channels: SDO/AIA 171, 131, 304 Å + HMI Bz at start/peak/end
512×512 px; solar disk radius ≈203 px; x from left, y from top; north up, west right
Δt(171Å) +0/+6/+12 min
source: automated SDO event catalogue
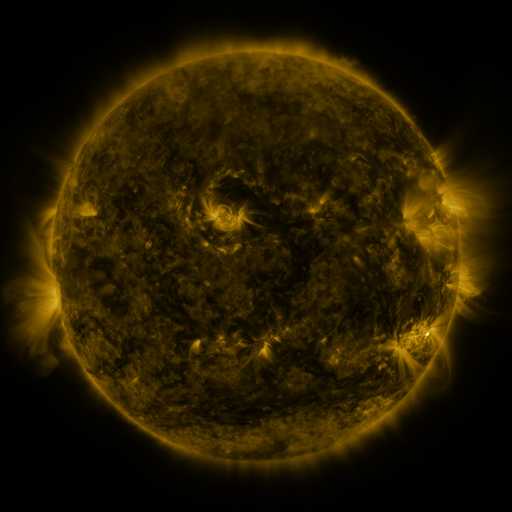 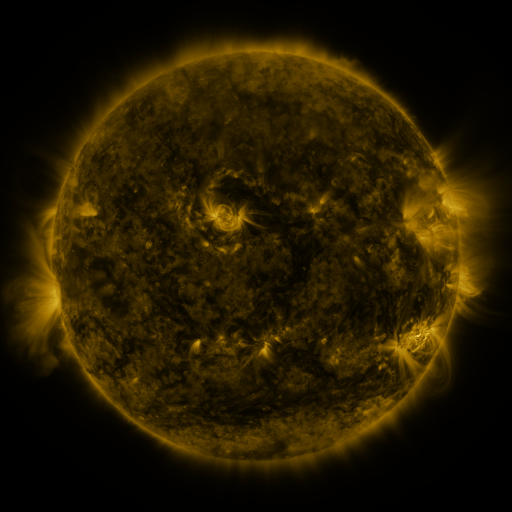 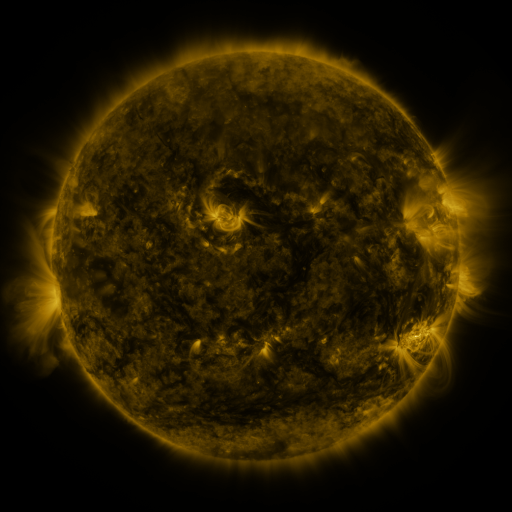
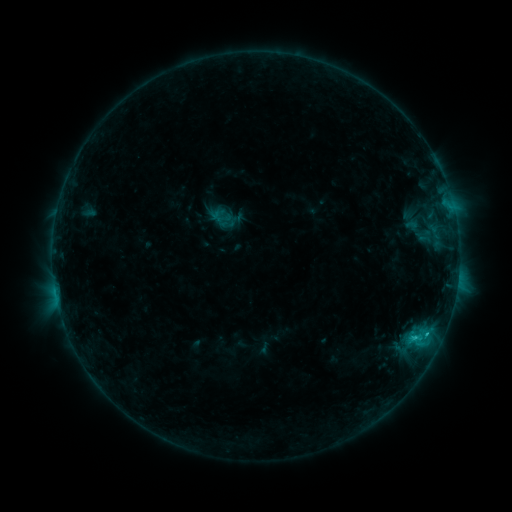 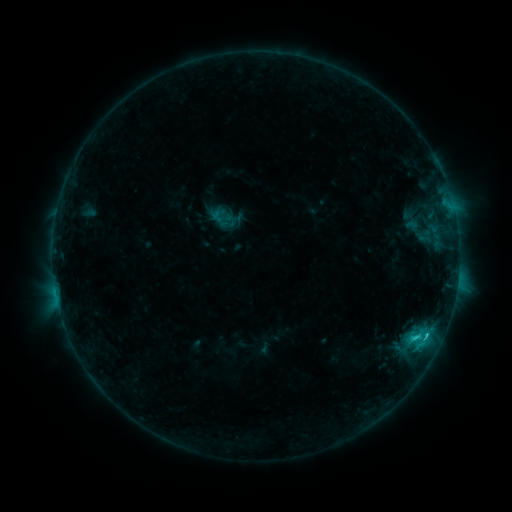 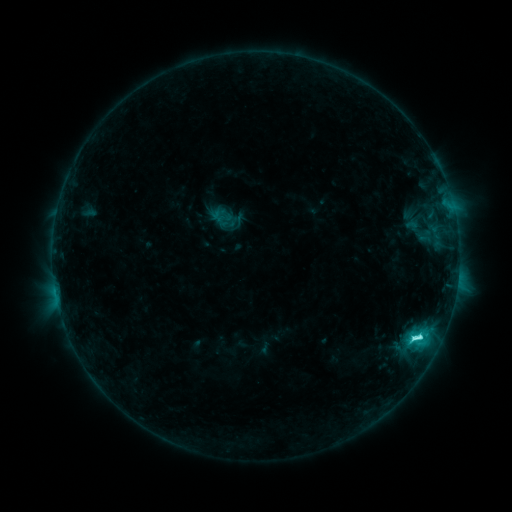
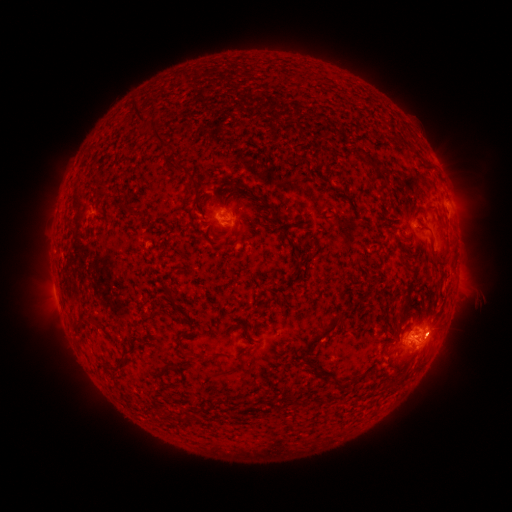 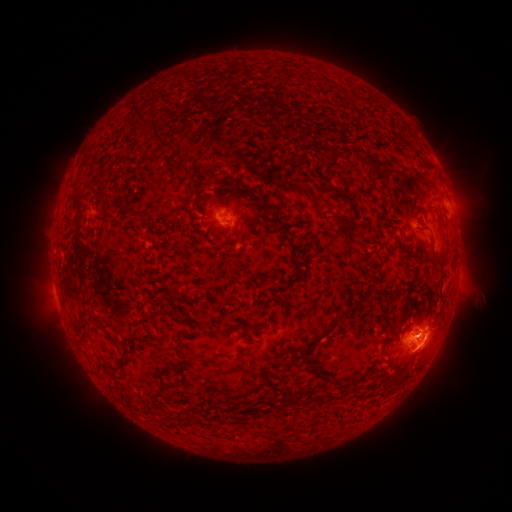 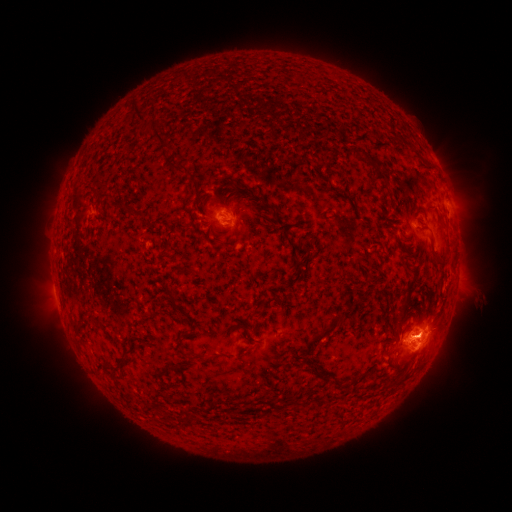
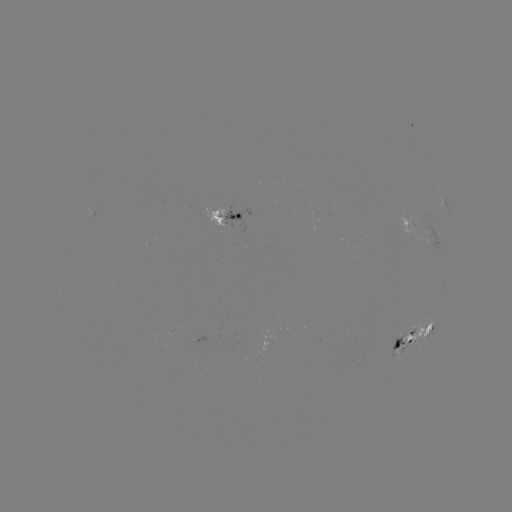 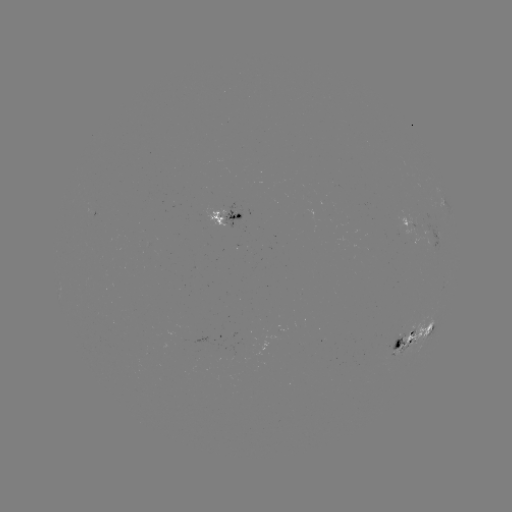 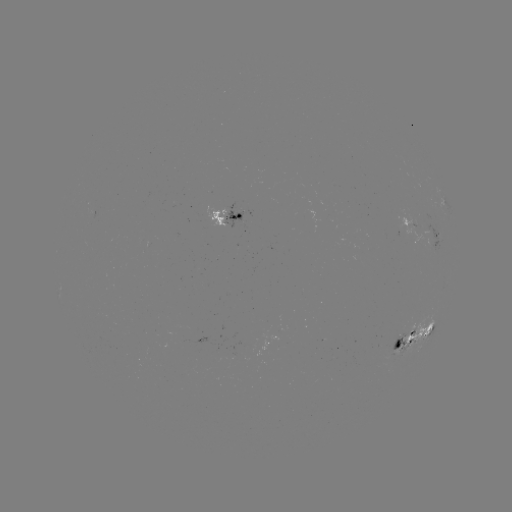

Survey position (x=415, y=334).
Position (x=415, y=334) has C6.3 flare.